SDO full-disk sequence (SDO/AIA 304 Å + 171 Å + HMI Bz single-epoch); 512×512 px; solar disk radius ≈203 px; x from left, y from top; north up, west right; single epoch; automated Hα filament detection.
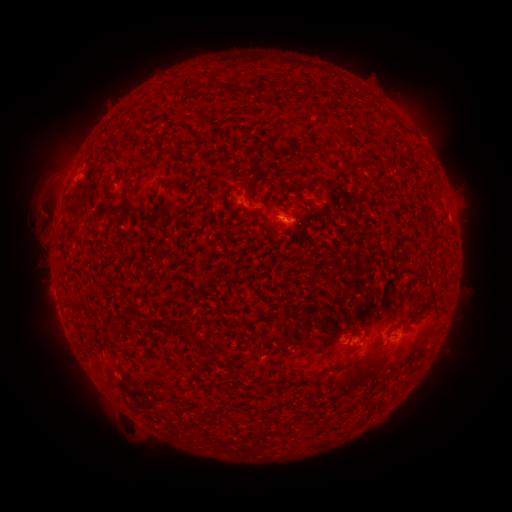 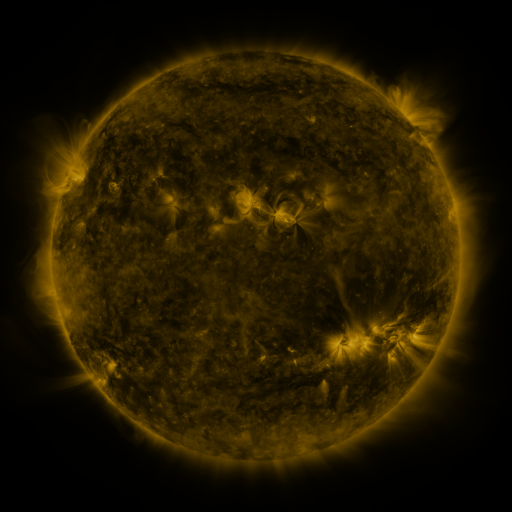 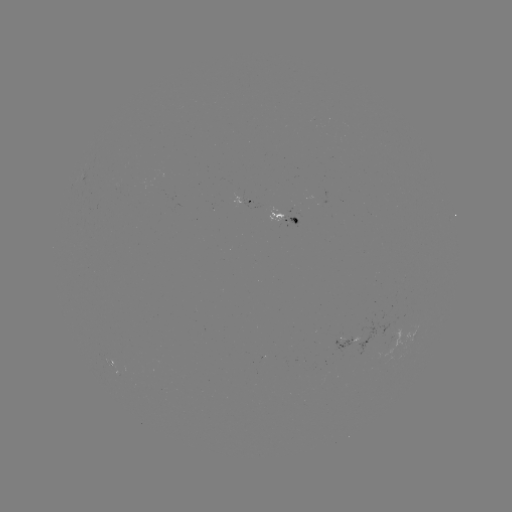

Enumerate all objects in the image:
filament: (188, 126)
filament: (306, 151)
filament: (325, 153)
filament: (126, 175)
filament: (131, 191)
filament: (303, 202)
filament: (137, 319)
filament: (187, 333)
filament: (107, 335)
filament: (202, 348)
filament: (351, 382)
